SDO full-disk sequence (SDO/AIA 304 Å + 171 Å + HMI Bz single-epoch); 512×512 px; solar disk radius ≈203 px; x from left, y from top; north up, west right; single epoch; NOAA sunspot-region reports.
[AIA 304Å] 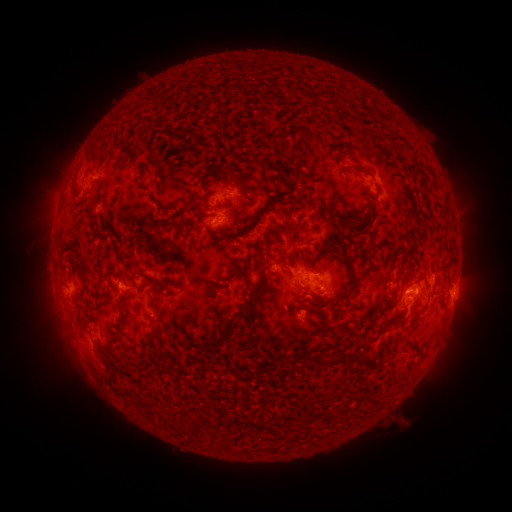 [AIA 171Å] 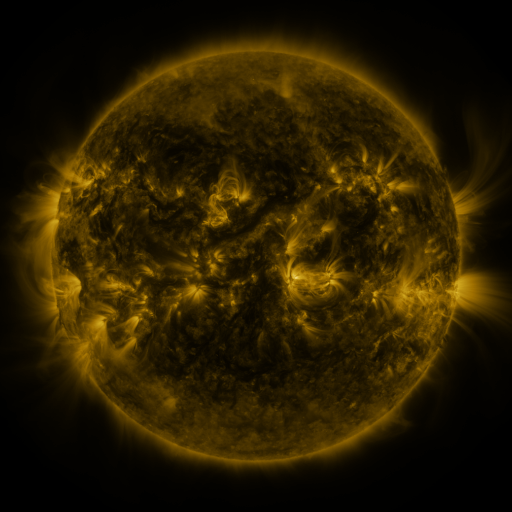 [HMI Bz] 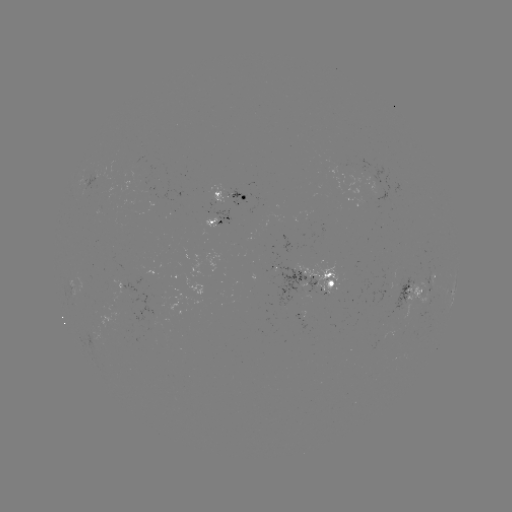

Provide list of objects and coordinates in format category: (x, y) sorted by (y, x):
spotted active region: (231, 200)
spotted active region: (220, 221)
spotted active region: (320, 282)
spotted active region: (415, 291)
spotted active region: (453, 295)
